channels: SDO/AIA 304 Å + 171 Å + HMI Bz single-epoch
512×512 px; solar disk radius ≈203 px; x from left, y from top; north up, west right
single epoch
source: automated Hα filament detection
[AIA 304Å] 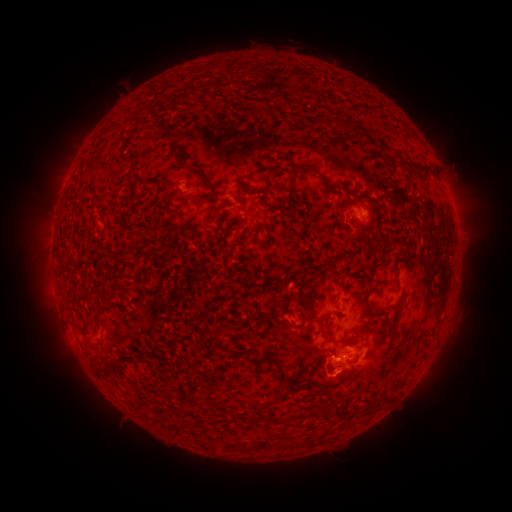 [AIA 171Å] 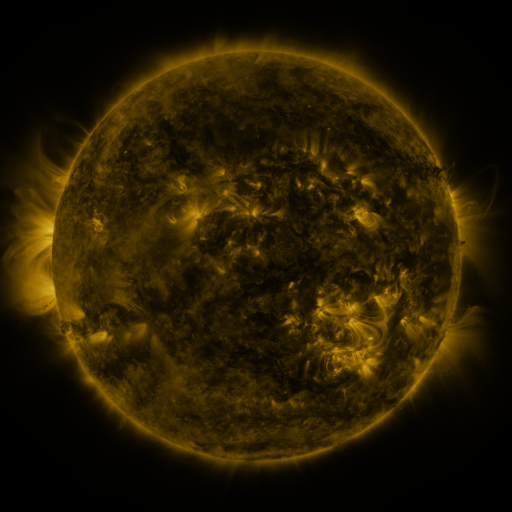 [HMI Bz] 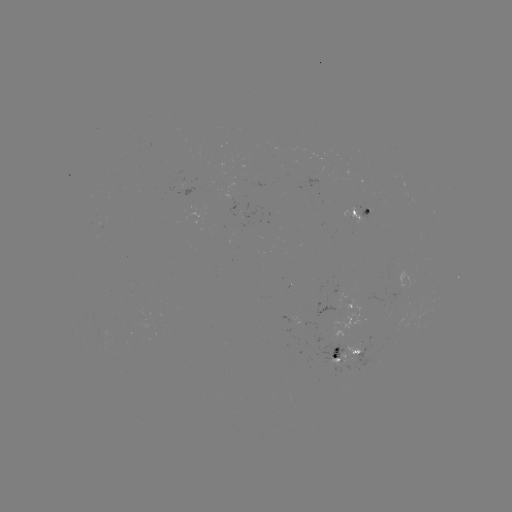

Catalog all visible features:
filament: (301, 91)
filament: (328, 121)
filament: (163, 138)
filament: (172, 150)
filament: (422, 166)
filament: (402, 167)
filament: (318, 173)
filament: (200, 179)
filament: (198, 200)
filament: (398, 238)
filament: (367, 295)
filament: (327, 323)
filament: (367, 327)
filament: (278, 363)
filament: (371, 371)
filament: (103, 377)
filament: (341, 380)
filament: (263, 445)
filament: (246, 446)
